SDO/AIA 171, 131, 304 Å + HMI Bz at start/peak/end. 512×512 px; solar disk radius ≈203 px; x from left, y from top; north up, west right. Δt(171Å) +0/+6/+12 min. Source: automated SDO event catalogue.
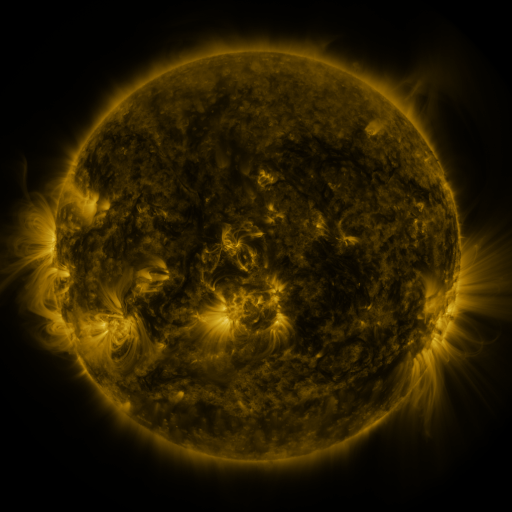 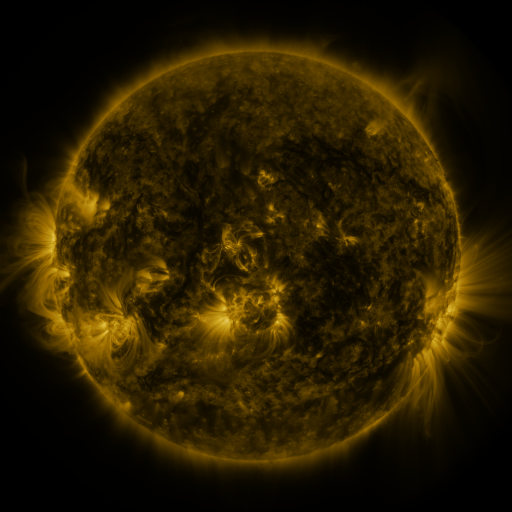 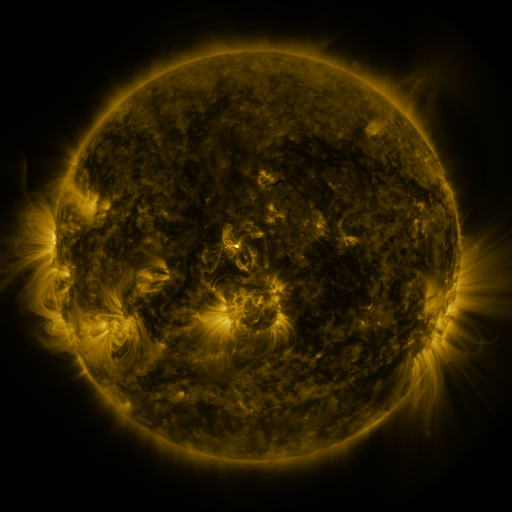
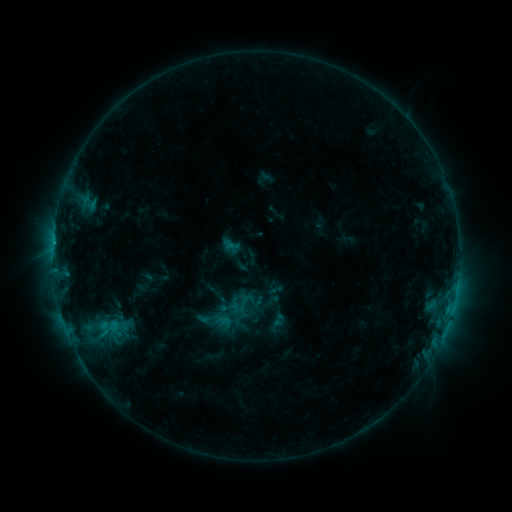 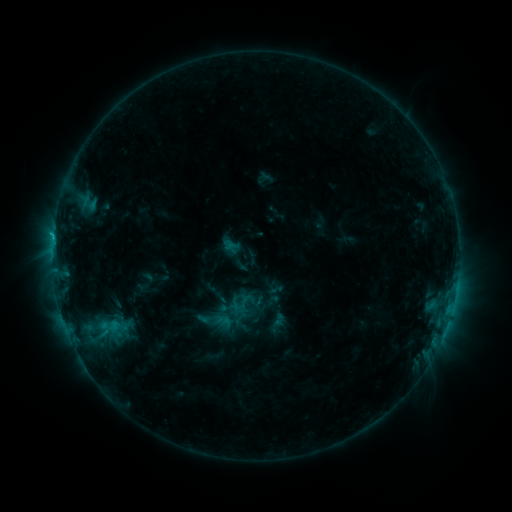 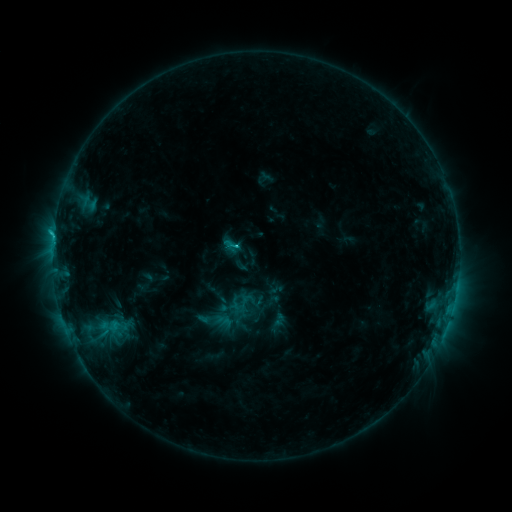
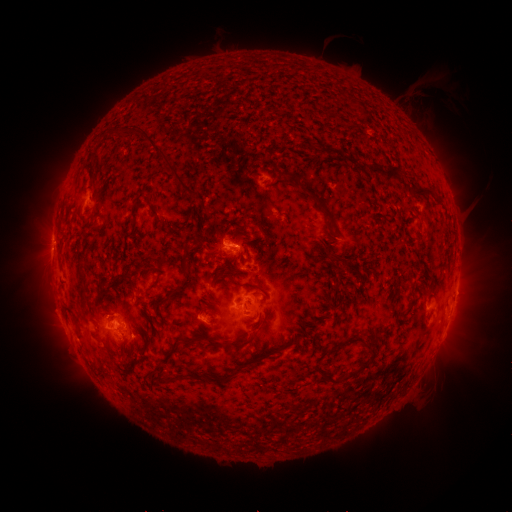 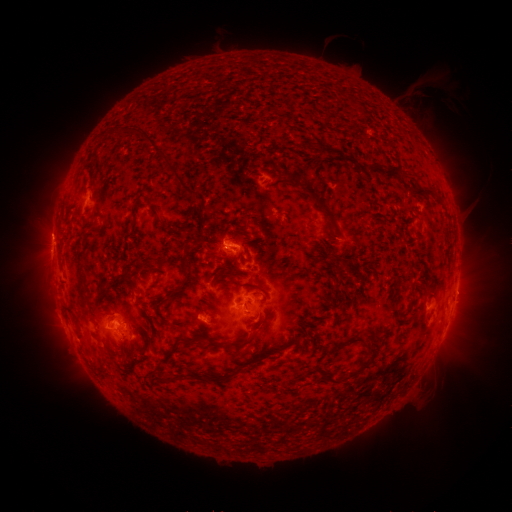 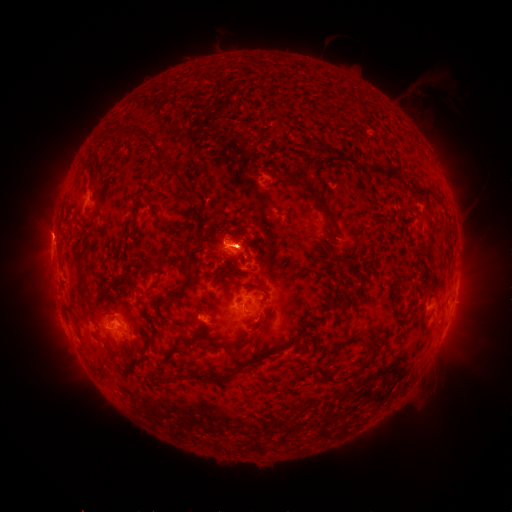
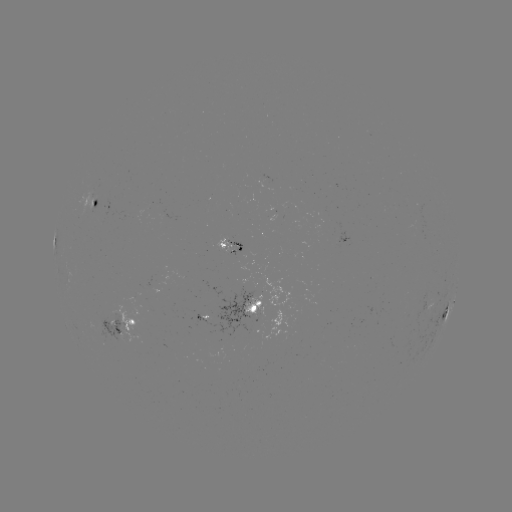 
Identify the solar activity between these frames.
C1.7 flare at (208, 317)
